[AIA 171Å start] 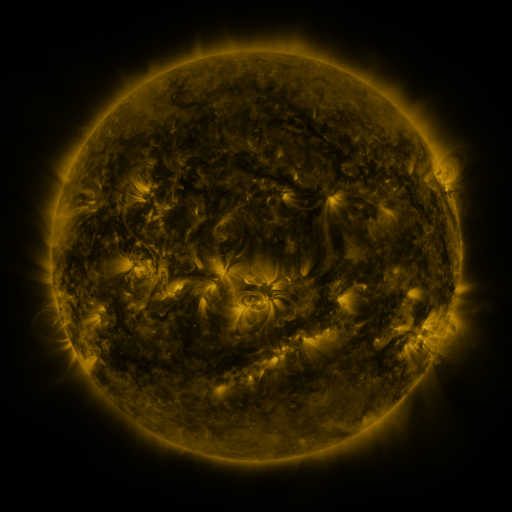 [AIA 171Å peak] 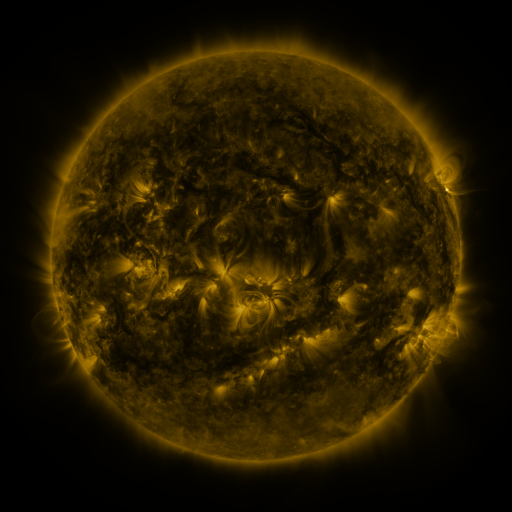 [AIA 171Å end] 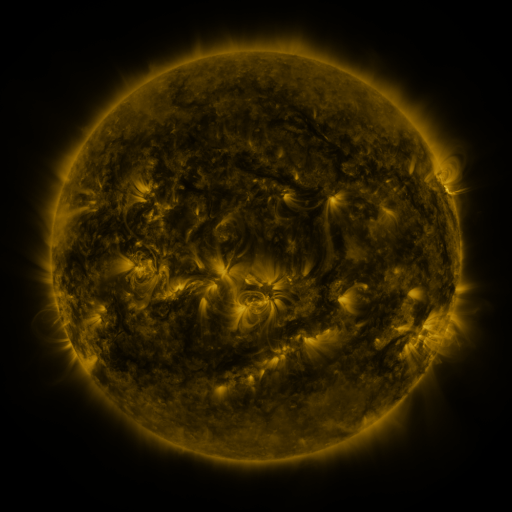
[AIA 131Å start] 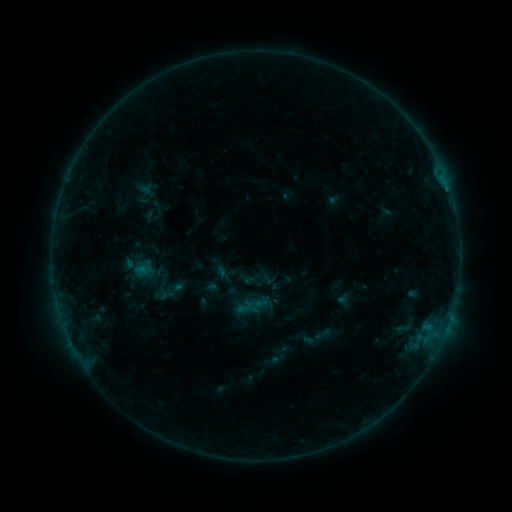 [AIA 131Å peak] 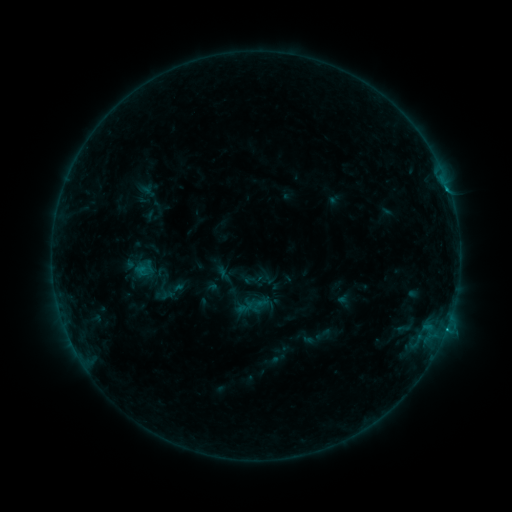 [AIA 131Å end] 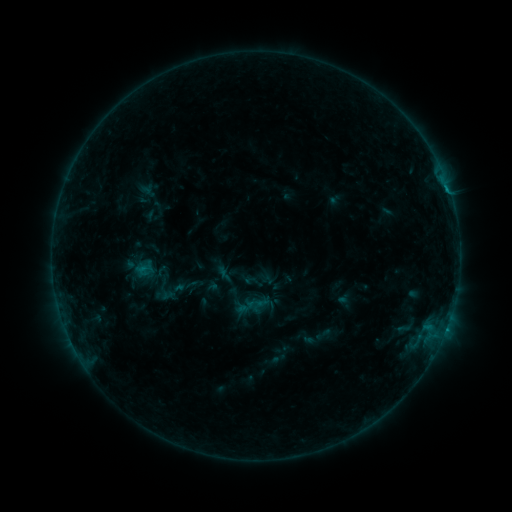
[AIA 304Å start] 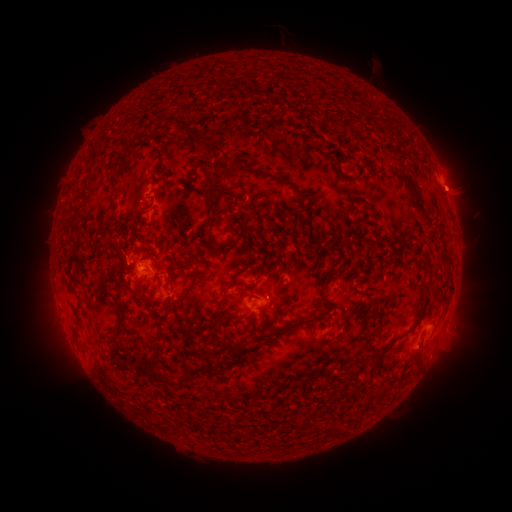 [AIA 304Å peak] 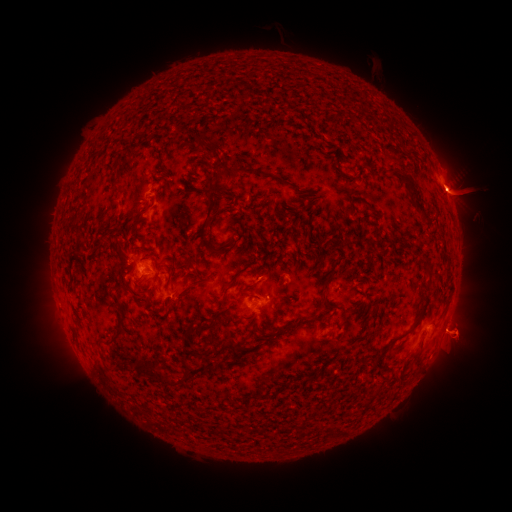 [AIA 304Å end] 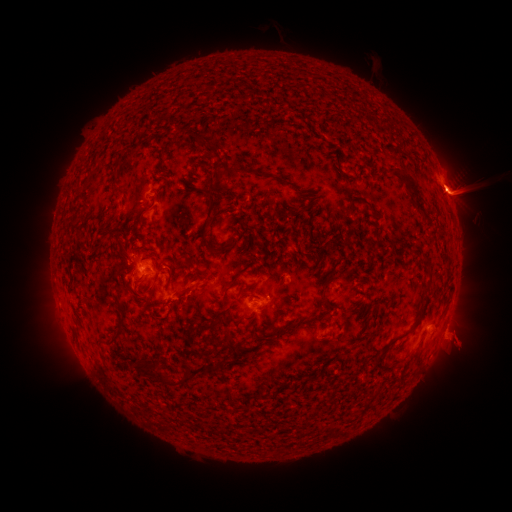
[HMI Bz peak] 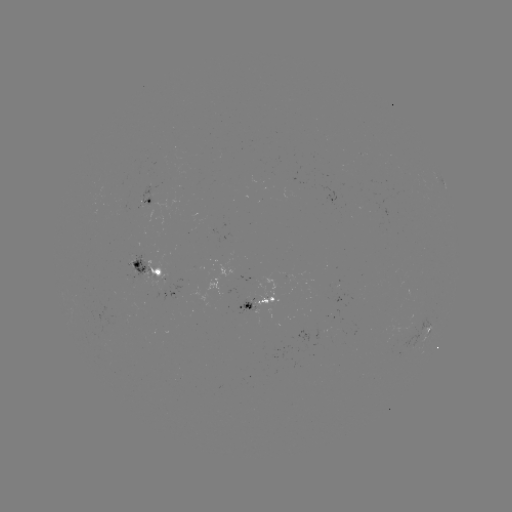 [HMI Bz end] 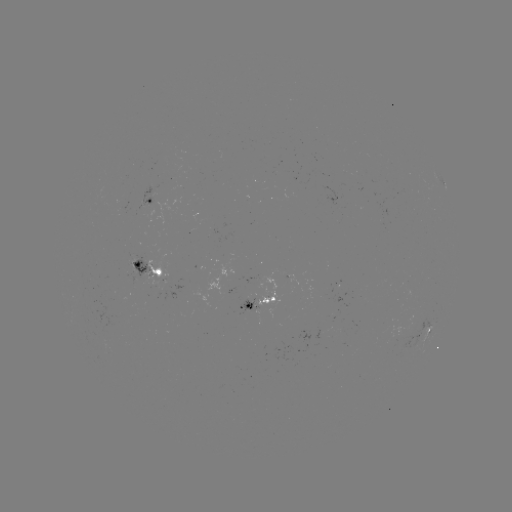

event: flare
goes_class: B7.2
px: (445, 328)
